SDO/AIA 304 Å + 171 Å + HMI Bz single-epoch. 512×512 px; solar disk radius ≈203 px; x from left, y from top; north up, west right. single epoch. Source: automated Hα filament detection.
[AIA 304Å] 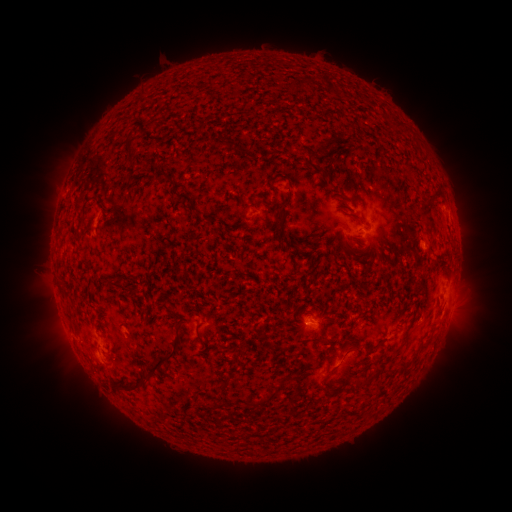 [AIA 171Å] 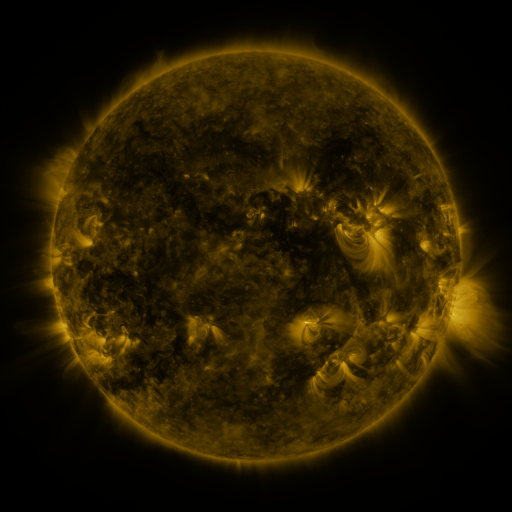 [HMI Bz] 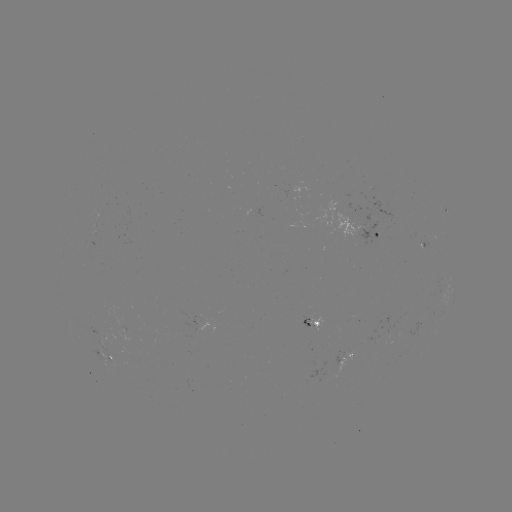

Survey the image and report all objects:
filament: [392, 118, 402, 128]
filament: [123, 134, 133, 156]
filament: [223, 137, 232, 150]
filament: [313, 163, 324, 173]
filament: [162, 175, 172, 183]
filament: [171, 189, 197, 213]
filament: [422, 190, 433, 205]
filament: [79, 200, 104, 224]
filament: [275, 207, 286, 223]
filament: [420, 214, 429, 223]
filament: [287, 240, 305, 250]
filament: [106, 281, 127, 296]
filament: [173, 320, 182, 330]
filament: [196, 323, 206, 346]
filament: [400, 333, 410, 343]
filament: [315, 335, 328, 342]
filament: [421, 336, 433, 349]
filament: [118, 340, 180, 395]
filament: [343, 344, 360, 357]
filament: [372, 359, 386, 378]
filament: [327, 366, 336, 376]
filament: [284, 374, 298, 382]
filament: [248, 389, 279, 408]
